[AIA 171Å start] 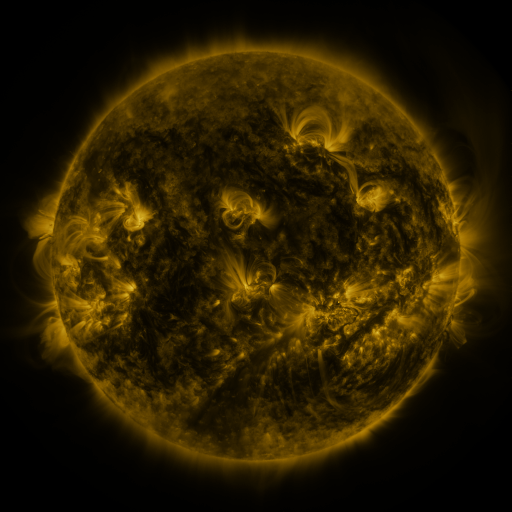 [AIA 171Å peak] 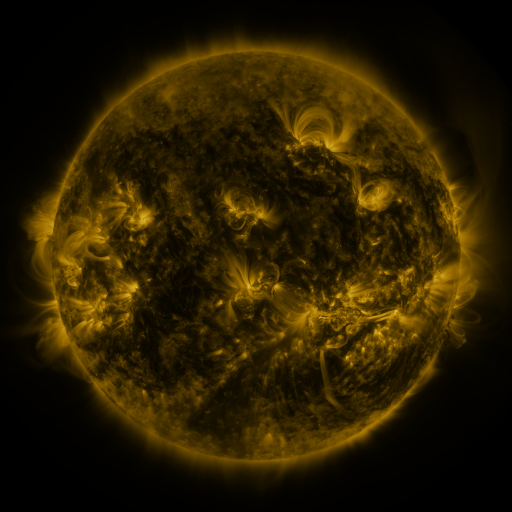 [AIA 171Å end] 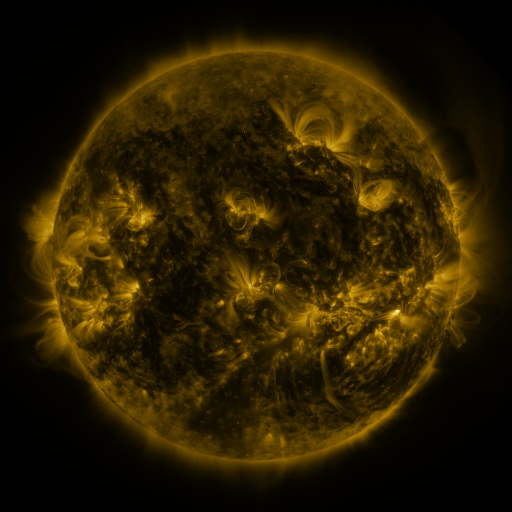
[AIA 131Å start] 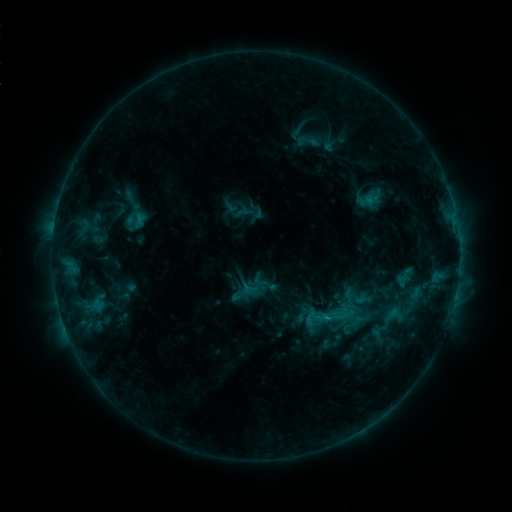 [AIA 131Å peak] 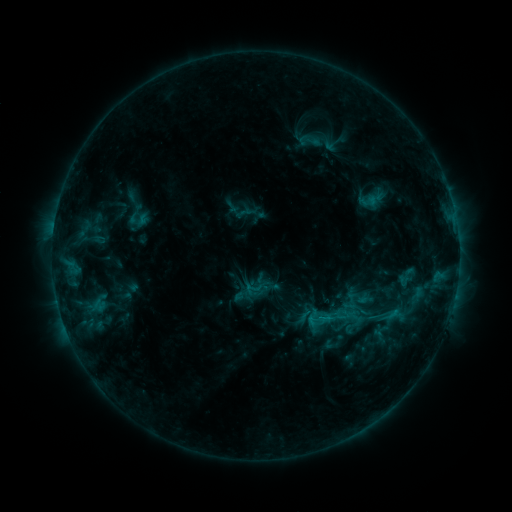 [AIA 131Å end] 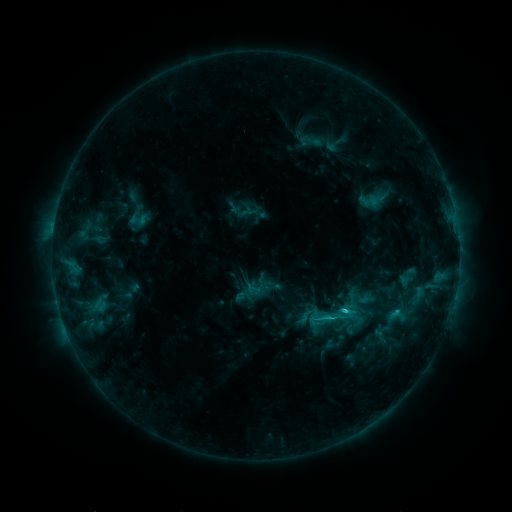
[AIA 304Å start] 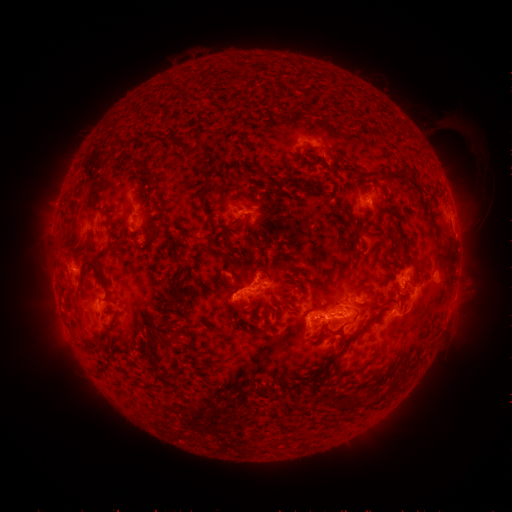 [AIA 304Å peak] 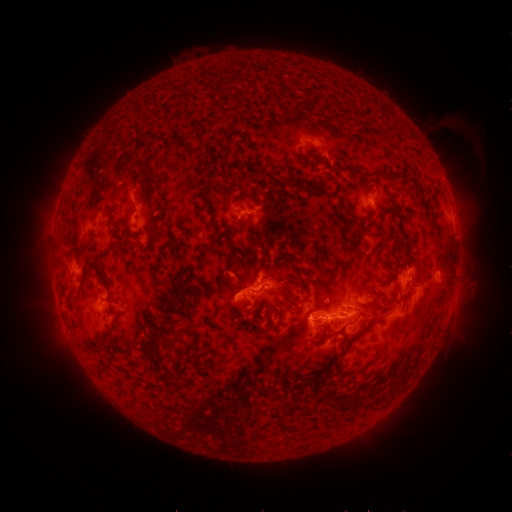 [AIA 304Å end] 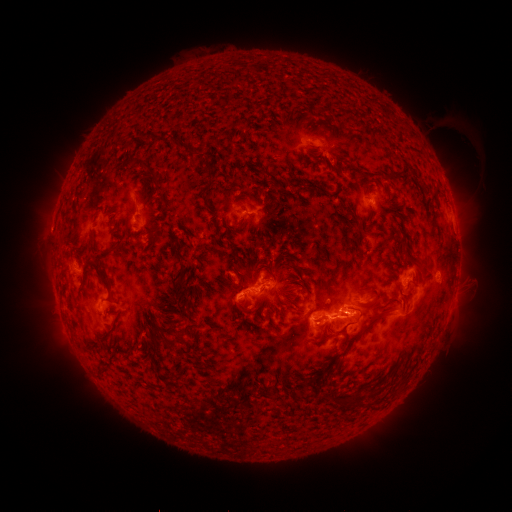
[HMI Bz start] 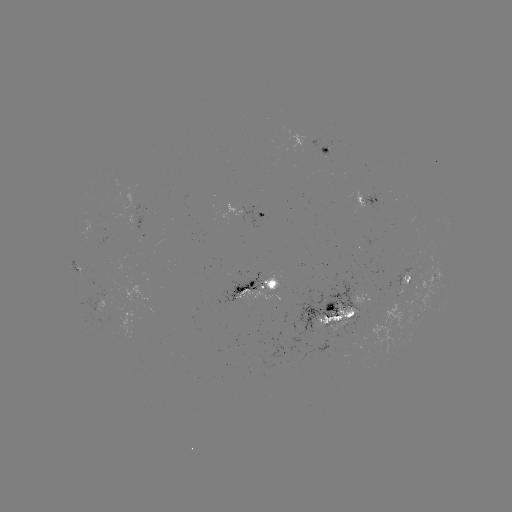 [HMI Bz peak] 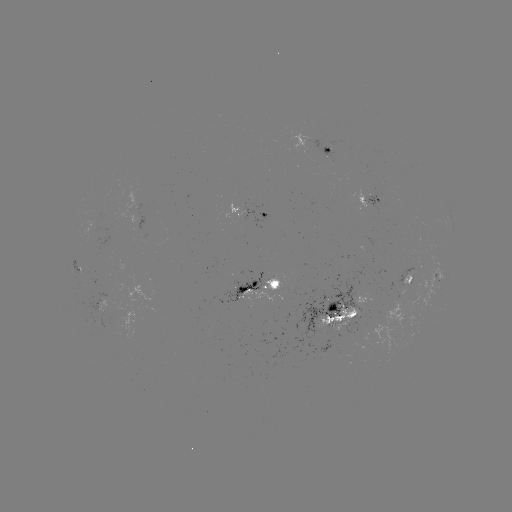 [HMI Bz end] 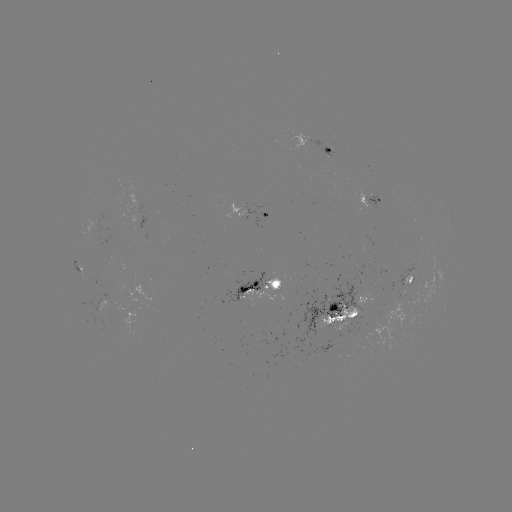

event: emerging-flux region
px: (107, 311)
